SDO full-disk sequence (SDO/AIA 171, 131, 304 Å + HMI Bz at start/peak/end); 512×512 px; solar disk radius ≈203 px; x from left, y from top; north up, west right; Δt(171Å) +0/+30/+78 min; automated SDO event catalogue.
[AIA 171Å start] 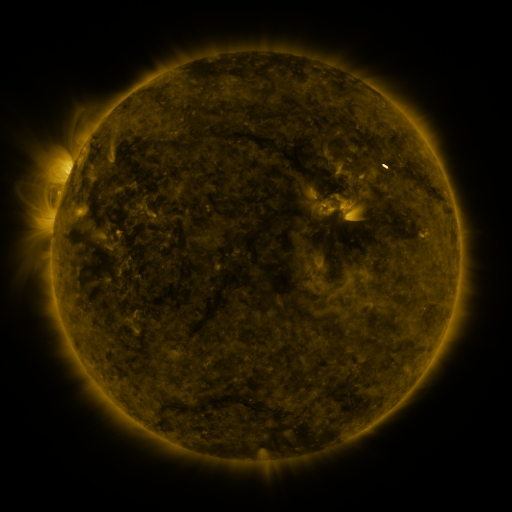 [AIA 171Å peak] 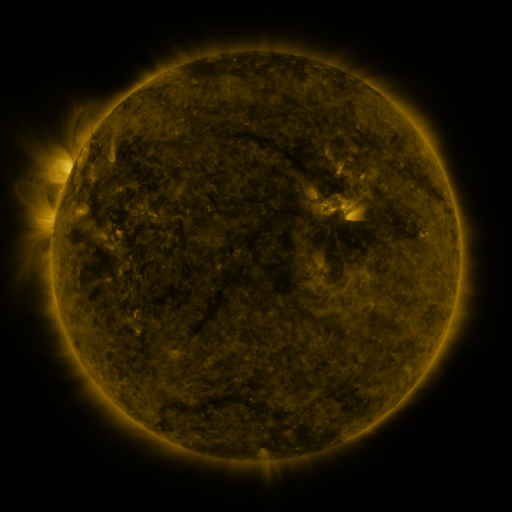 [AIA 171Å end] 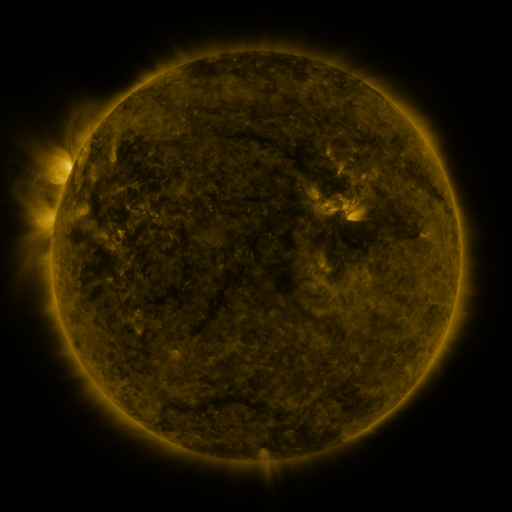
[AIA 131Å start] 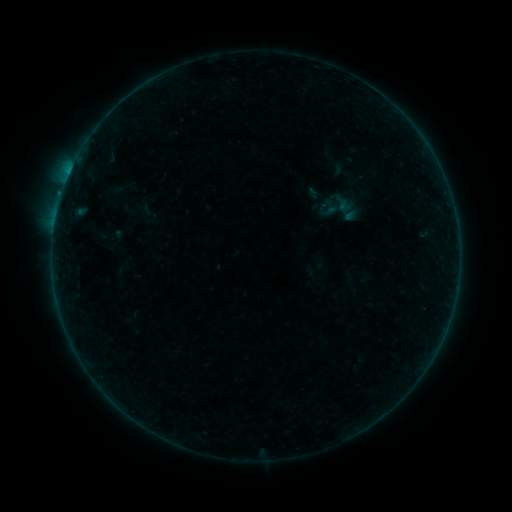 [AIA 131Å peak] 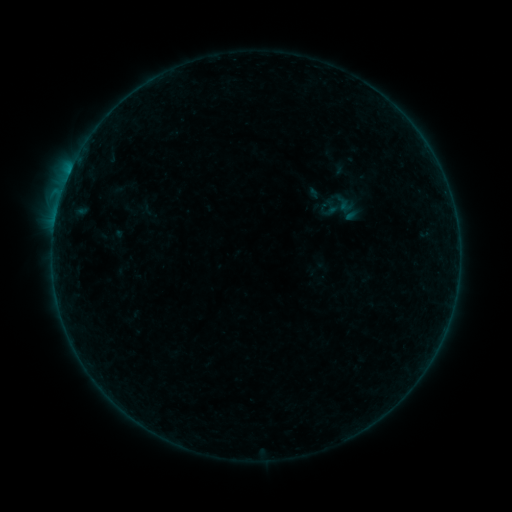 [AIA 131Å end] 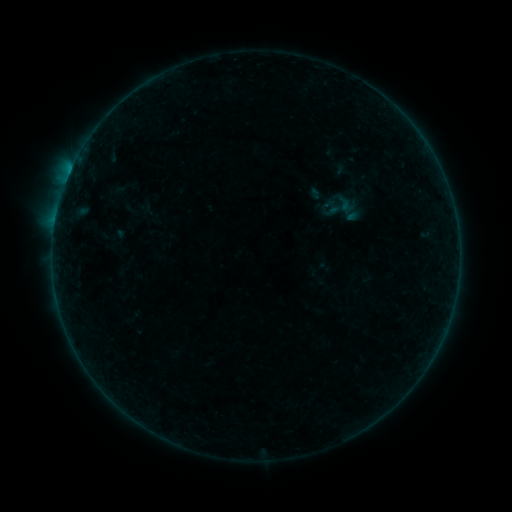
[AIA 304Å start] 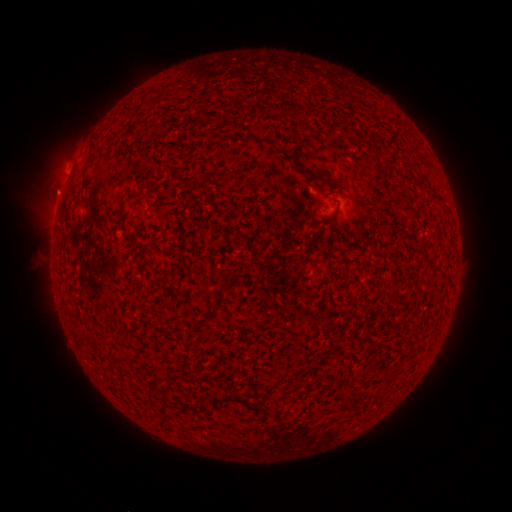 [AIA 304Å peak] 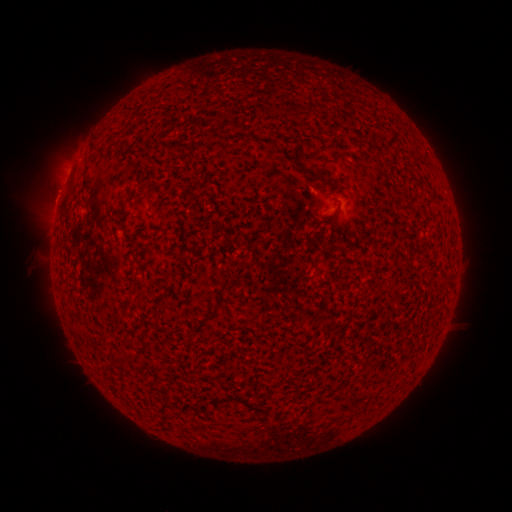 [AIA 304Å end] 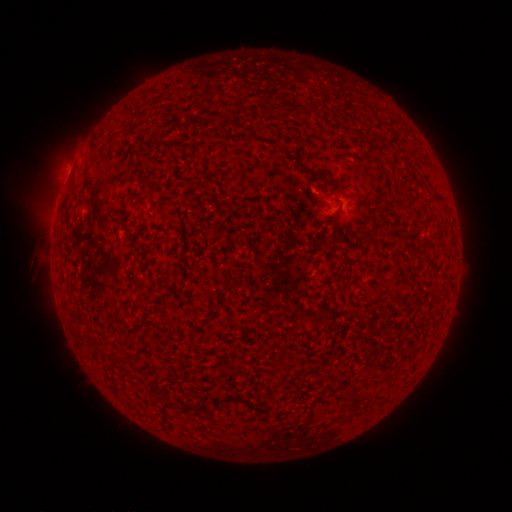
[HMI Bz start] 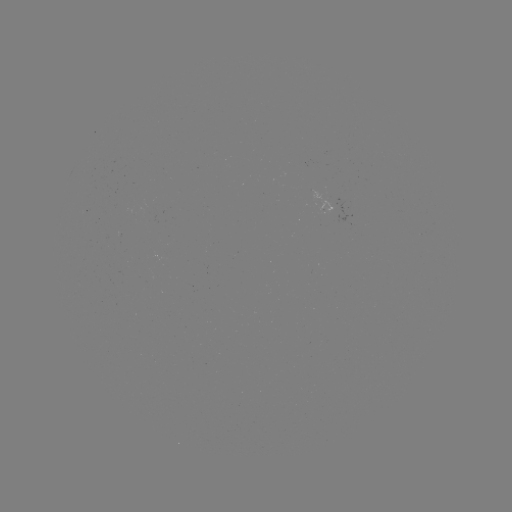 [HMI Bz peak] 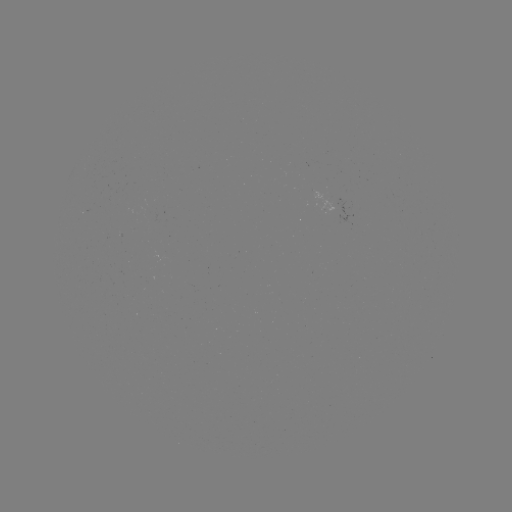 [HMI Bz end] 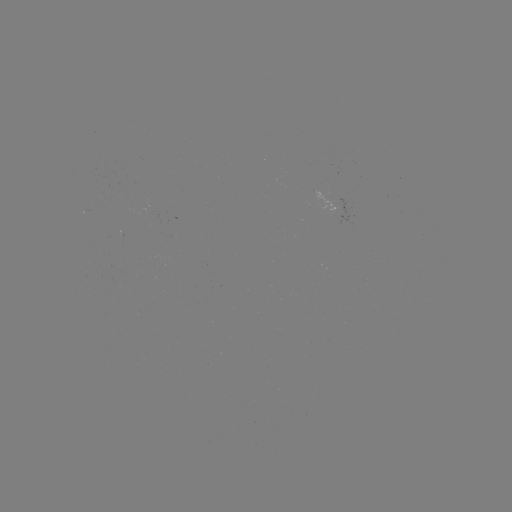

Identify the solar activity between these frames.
B3.9 flare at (64, 189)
